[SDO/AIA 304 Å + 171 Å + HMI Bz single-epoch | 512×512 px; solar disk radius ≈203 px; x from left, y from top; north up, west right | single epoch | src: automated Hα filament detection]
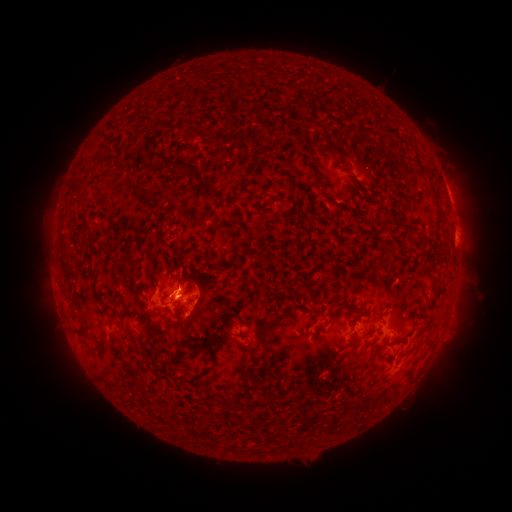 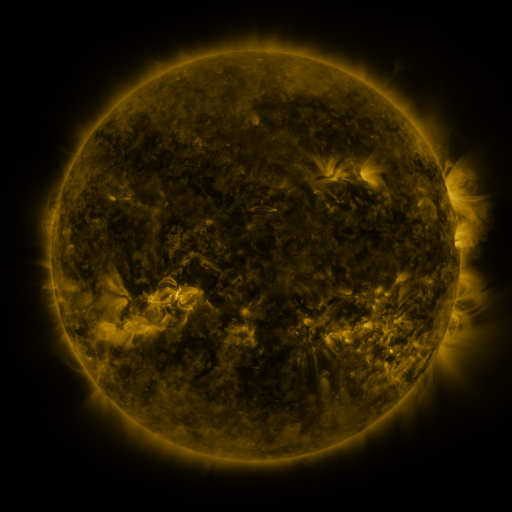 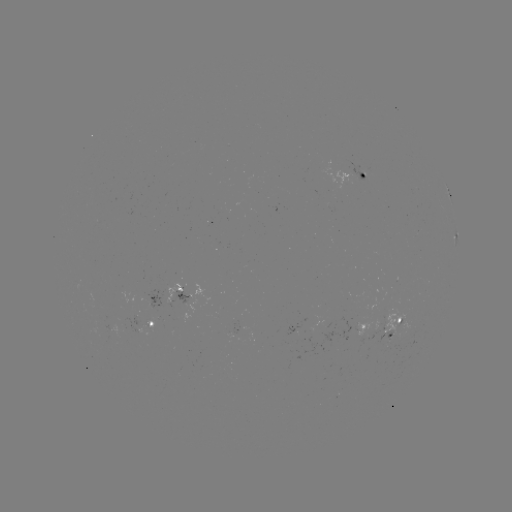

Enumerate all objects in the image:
filament: <bbox>132, 127, 144, 134</bbox>
filament: <bbox>316, 131, 343, 165</bbox>
filament: <bbox>140, 153, 212, 201</bbox>
filament: <bbox>122, 154, 135, 168</bbox>
filament: <bbox>412, 161, 424, 175</bbox>
filament: <bbox>427, 165, 435, 176</bbox>
filament: <bbox>277, 171, 293, 183</bbox>
filament: <bbox>309, 171, 326, 194</bbox>
filament: <bbox>68, 185, 83, 196</bbox>
filament: <bbox>378, 217, 389, 229</bbox>
filament: <bbox>399, 218, 421, 229</bbox>
filament: <bbox>260, 251, 270, 267</bbox>
filament: <bbox>235, 259, 243, 272</bbox>
filament: <bbox>124, 271, 134, 281</bbox>
filament: <bbox>295, 287, 314, 307</bbox>
filament: <bbox>327, 296, 341, 316</bbox>
filament: <bbox>161, 298, 192, 308</bbox>
filament: <bbox>119, 311, 133, 322</bbox>
filament: <bbox>98, 332, 108, 361</bbox>
filament: <bbox>133, 335, 144, 348</bbox>
filament: <bbox>202, 336, 215, 353</bbox>
filament: <bbox>171, 355, 182, 365</bbox>
filament: <bbox>208, 355, 217, 365</bbox>
filament: <bbox>252, 362, 267, 375</bbox>
filament: <bbox>299, 397, 311, 408</bbox>
